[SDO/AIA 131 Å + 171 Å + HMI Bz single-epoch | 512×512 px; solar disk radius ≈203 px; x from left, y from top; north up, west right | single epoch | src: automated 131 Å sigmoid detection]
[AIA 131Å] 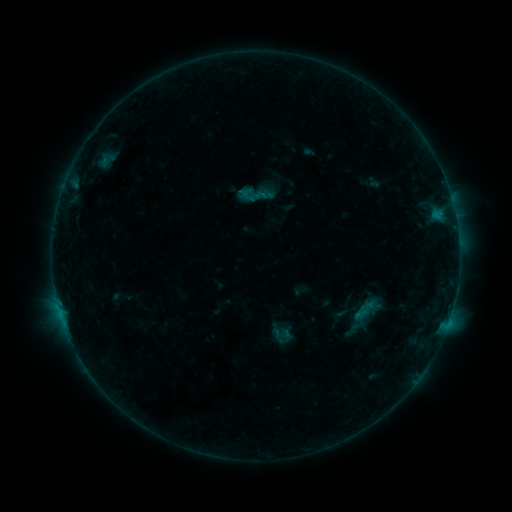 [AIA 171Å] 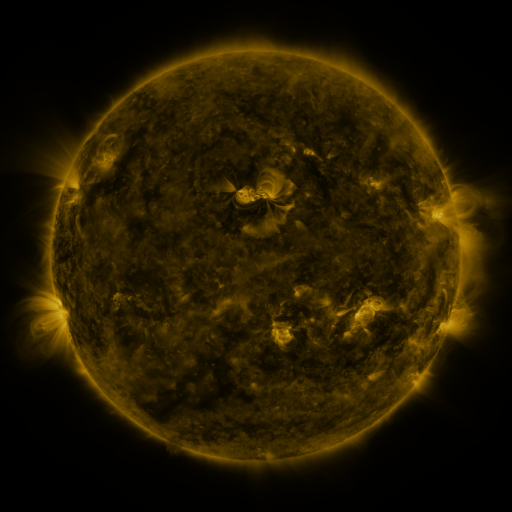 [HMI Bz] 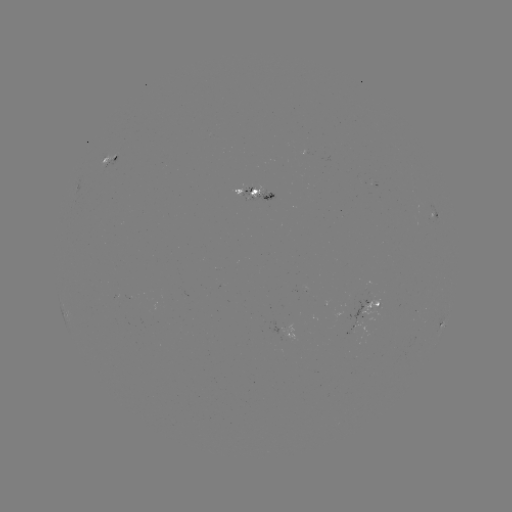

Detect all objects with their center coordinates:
sigmoid: (256, 194)
sigmoid: (281, 334)
